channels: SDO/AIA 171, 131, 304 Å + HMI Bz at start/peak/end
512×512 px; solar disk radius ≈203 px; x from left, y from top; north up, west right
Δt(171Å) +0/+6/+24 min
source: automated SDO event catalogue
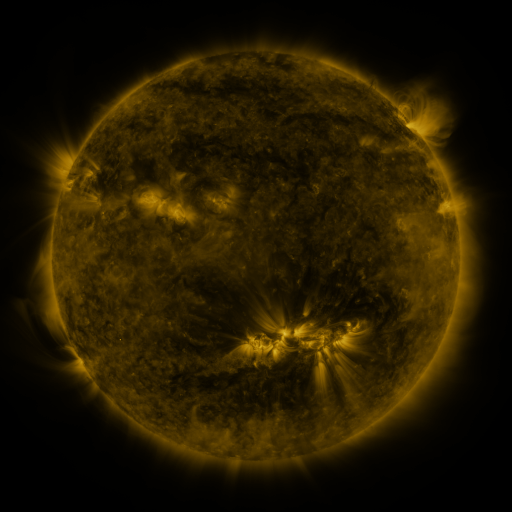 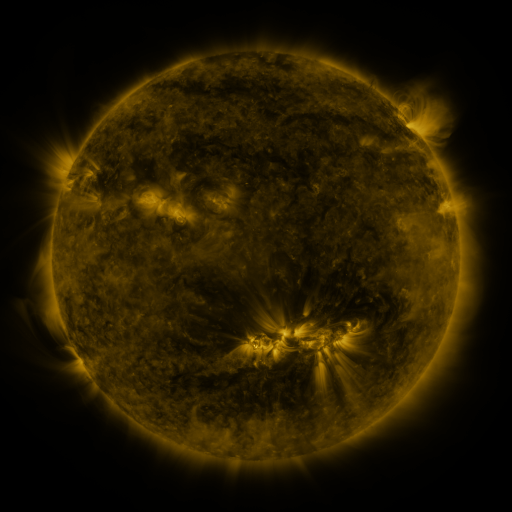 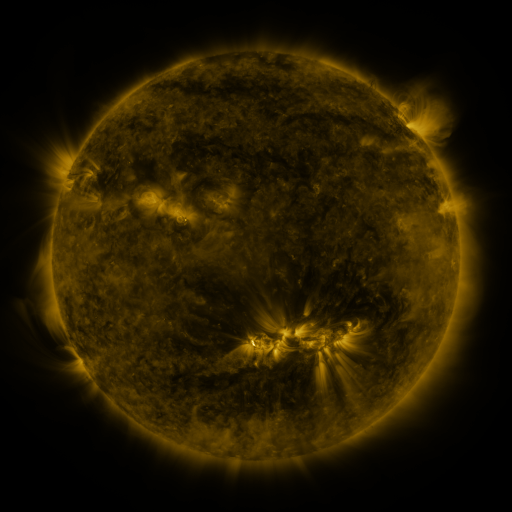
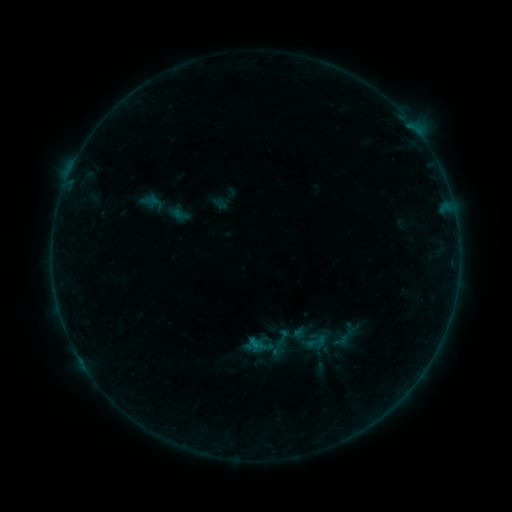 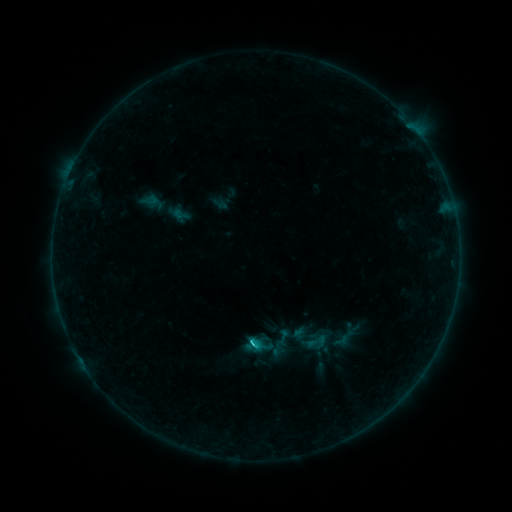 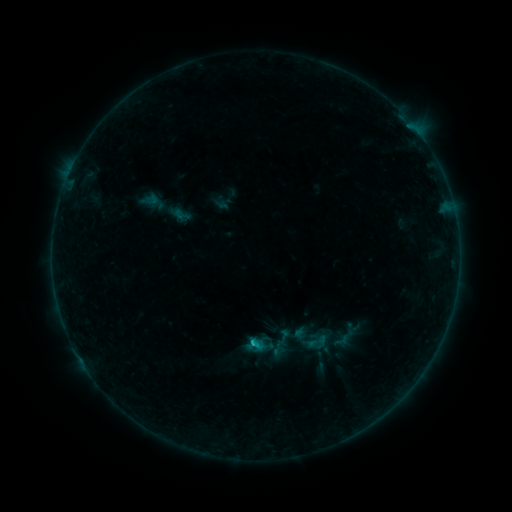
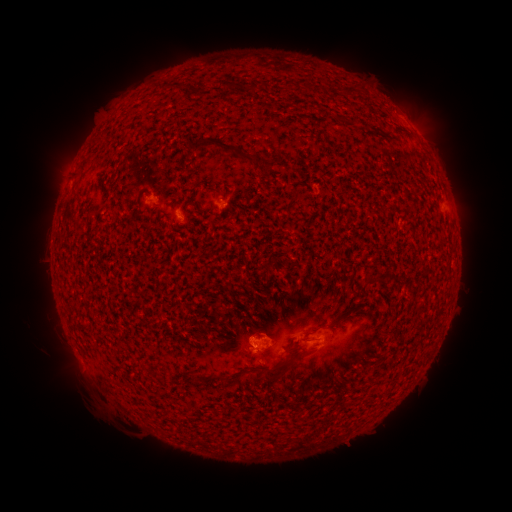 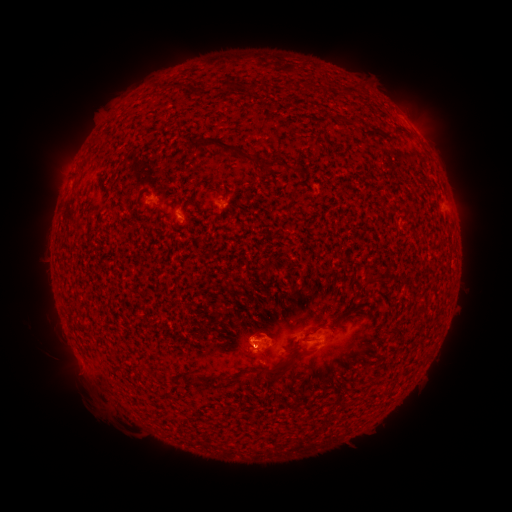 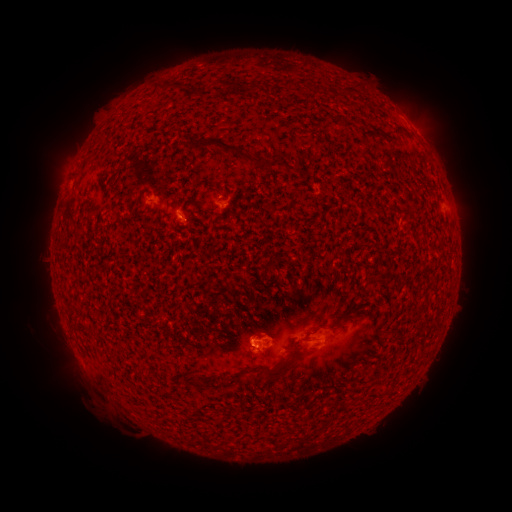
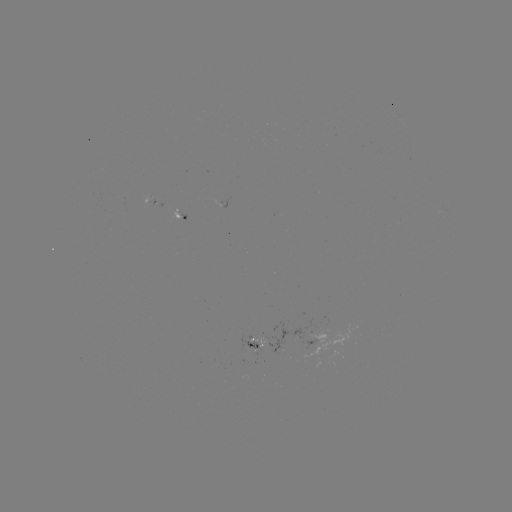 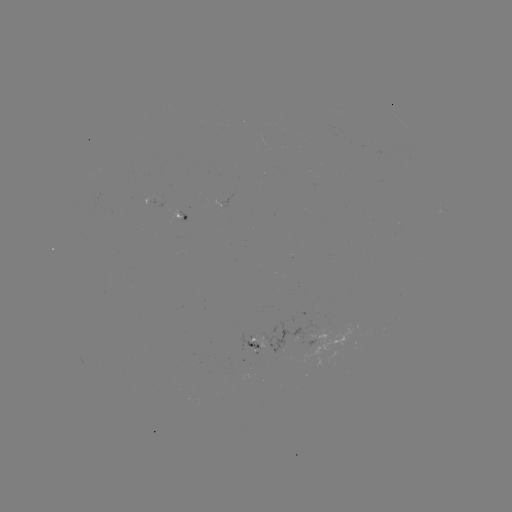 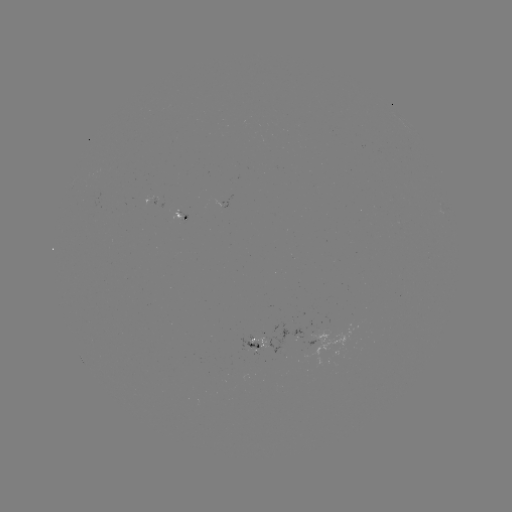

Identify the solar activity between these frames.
C1.1 flare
